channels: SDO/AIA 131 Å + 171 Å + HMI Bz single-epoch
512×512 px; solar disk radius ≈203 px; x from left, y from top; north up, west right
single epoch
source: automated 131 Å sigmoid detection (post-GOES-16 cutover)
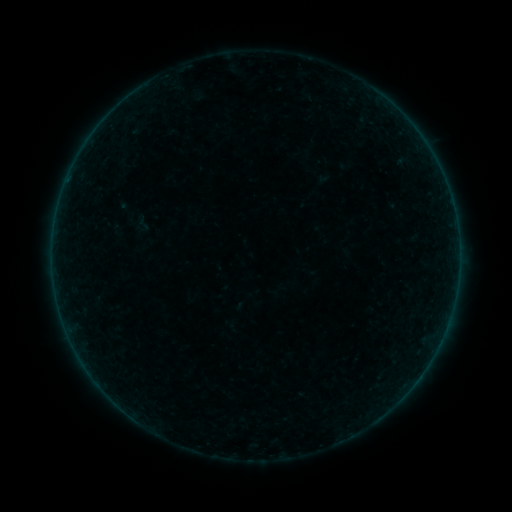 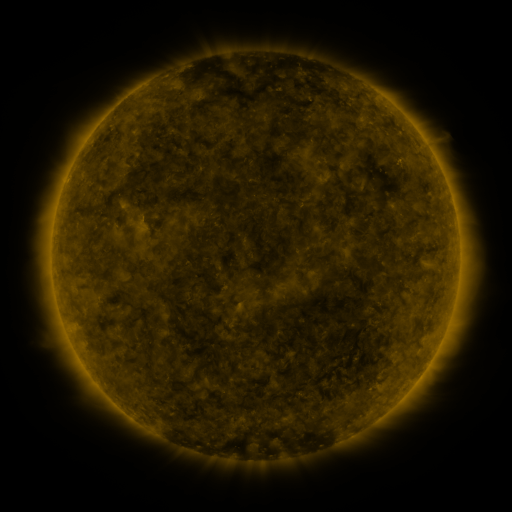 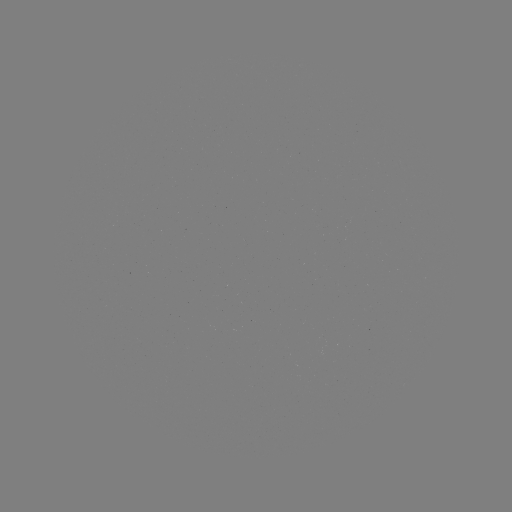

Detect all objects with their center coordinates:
sigmoid: <bbox>135, 214, 153, 232</bbox>
